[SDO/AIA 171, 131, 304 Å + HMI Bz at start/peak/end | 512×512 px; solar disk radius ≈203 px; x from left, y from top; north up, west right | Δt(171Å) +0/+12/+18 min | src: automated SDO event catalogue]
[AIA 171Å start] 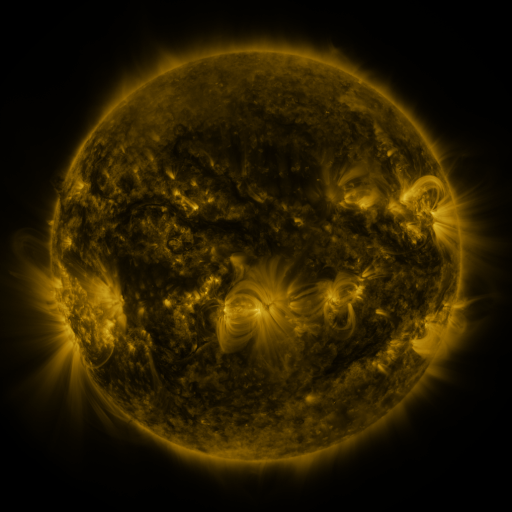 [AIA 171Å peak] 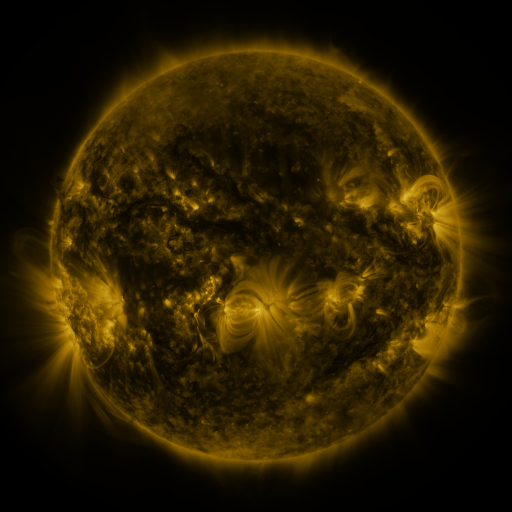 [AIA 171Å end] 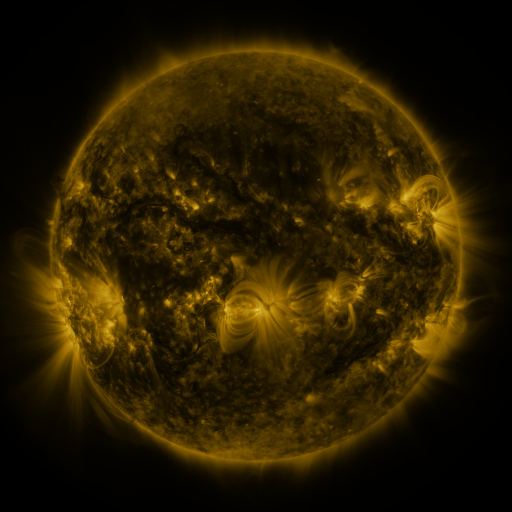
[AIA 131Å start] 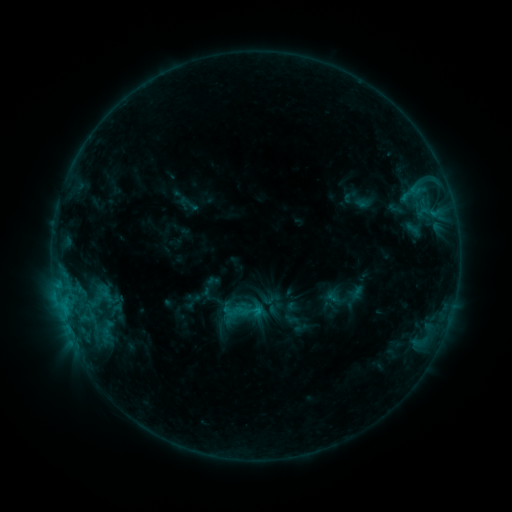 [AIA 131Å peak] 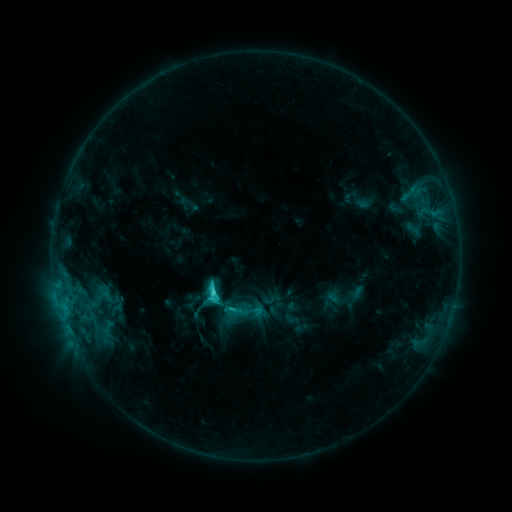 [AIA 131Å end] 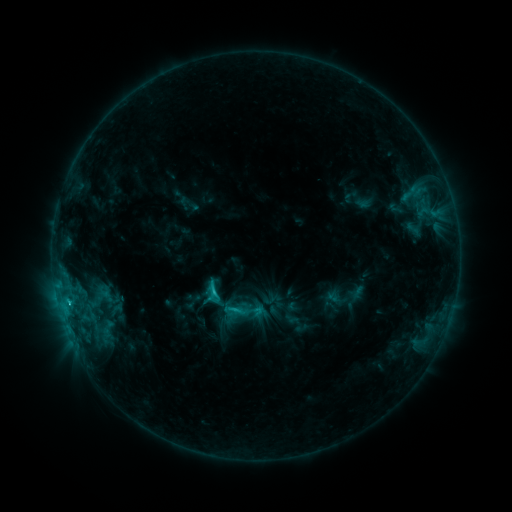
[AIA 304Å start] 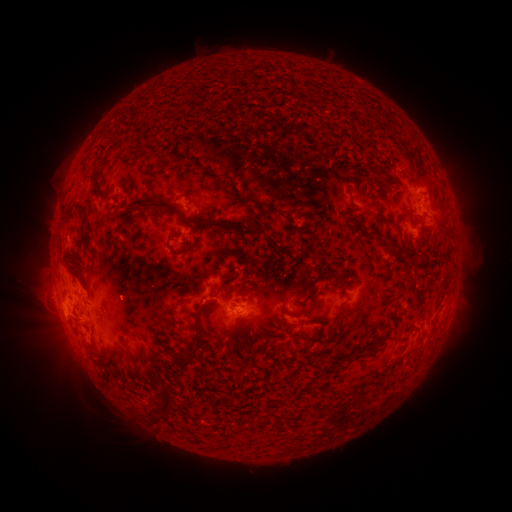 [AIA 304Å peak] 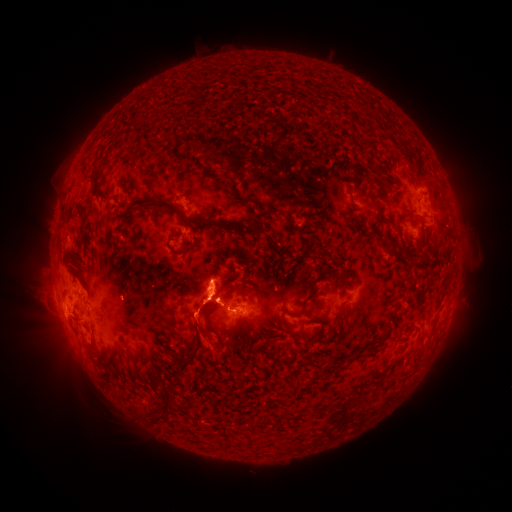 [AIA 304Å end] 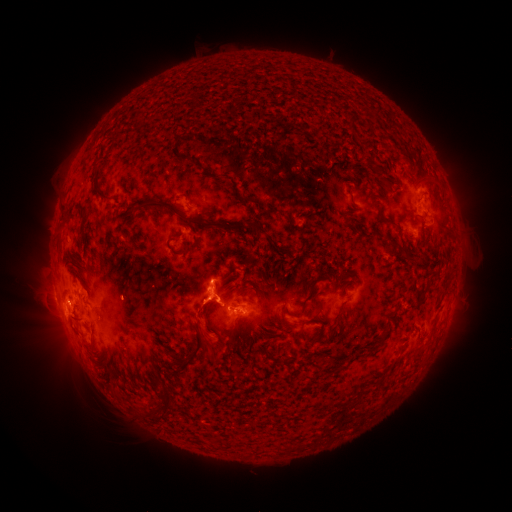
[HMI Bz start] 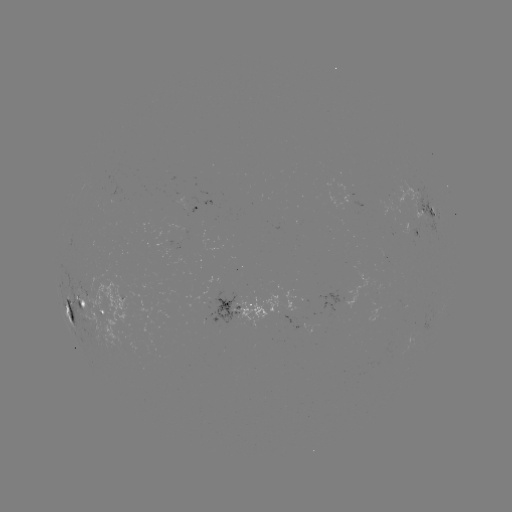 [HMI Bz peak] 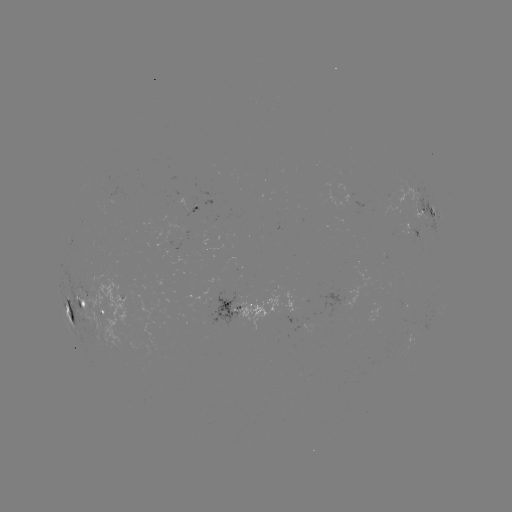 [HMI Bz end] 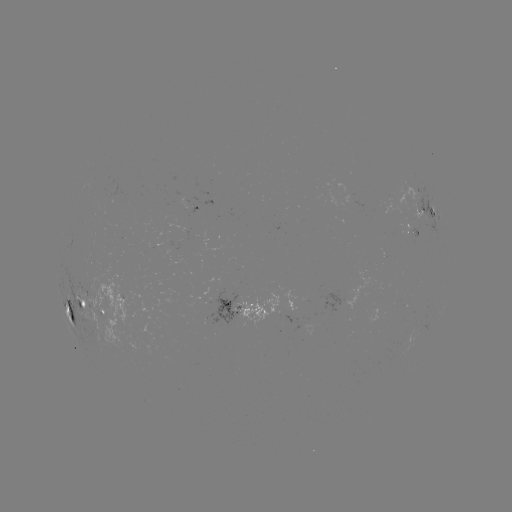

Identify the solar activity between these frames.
C3.3 flare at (213, 290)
